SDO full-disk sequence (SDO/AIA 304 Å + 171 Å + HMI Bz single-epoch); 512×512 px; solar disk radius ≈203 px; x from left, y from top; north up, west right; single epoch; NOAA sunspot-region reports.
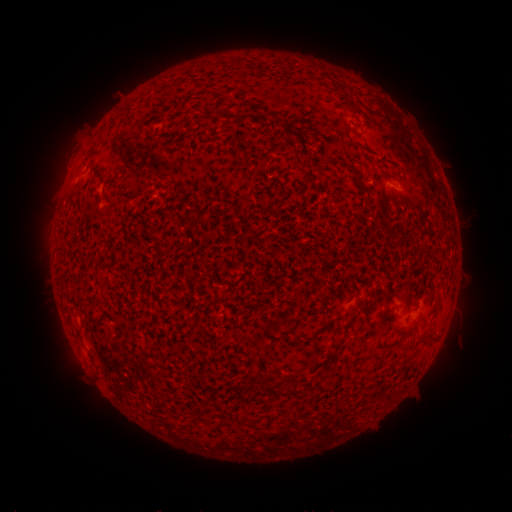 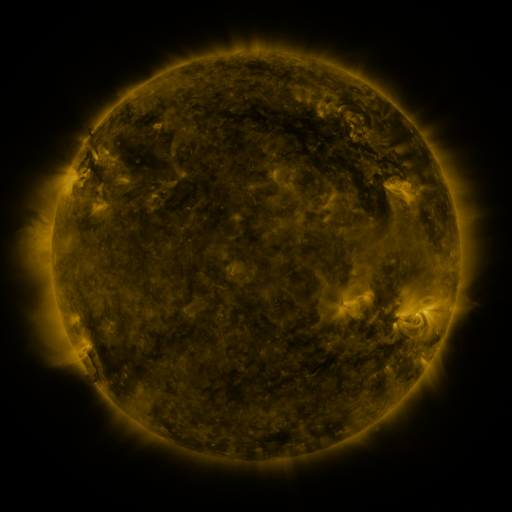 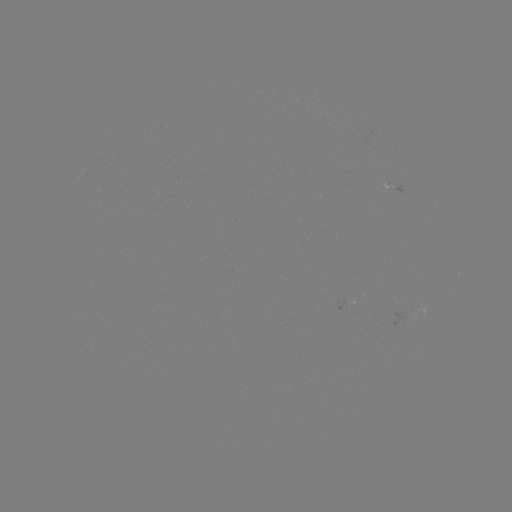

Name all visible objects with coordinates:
spotted active region: (387, 183)
spotted active region: (340, 306)
spotted active region: (402, 318)
